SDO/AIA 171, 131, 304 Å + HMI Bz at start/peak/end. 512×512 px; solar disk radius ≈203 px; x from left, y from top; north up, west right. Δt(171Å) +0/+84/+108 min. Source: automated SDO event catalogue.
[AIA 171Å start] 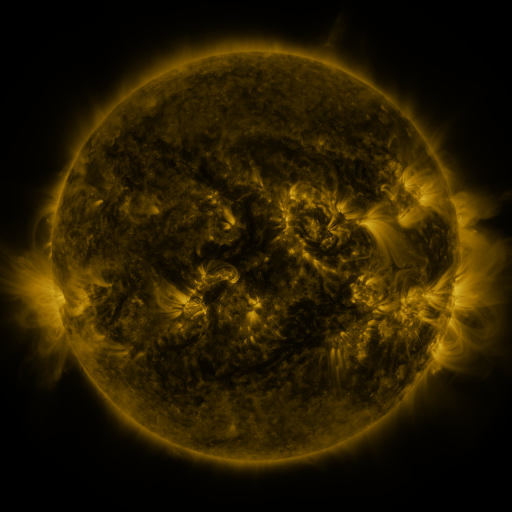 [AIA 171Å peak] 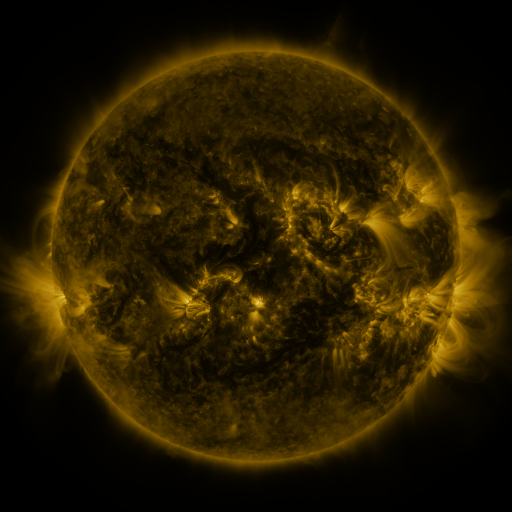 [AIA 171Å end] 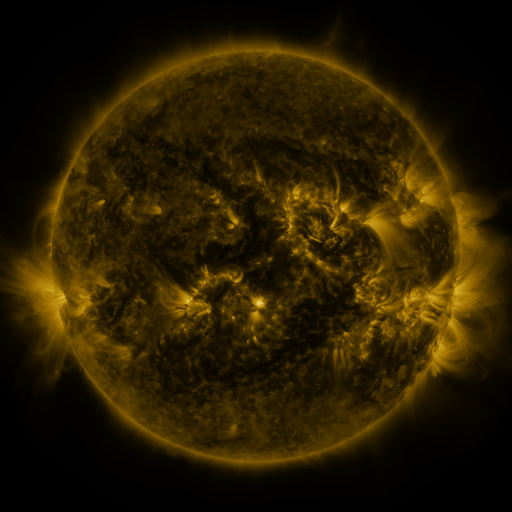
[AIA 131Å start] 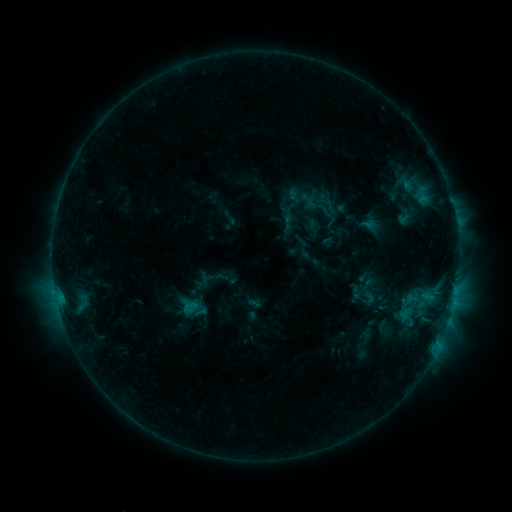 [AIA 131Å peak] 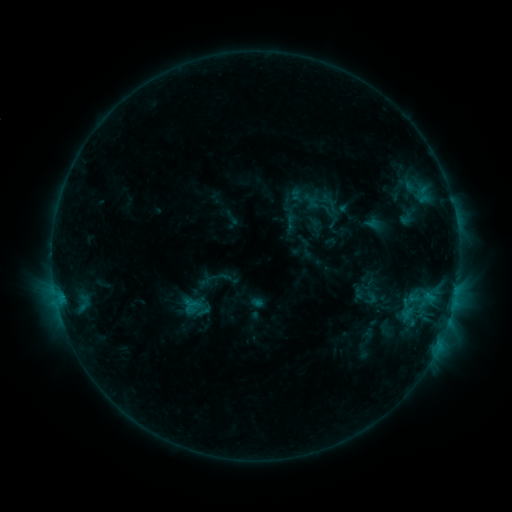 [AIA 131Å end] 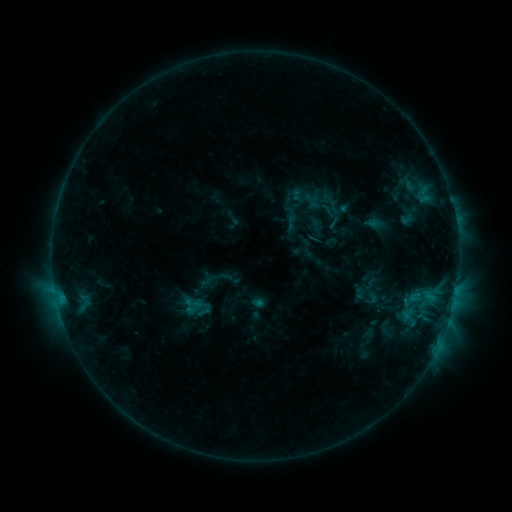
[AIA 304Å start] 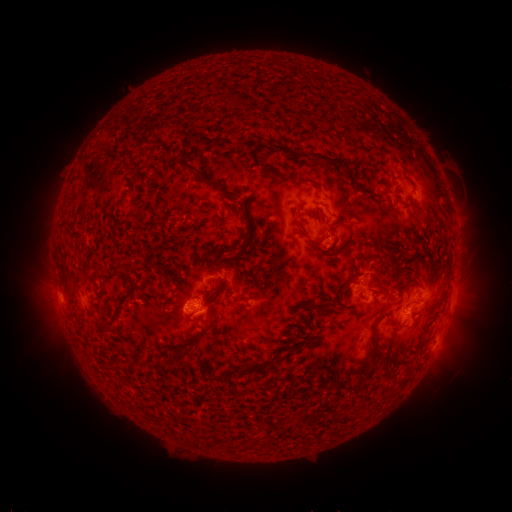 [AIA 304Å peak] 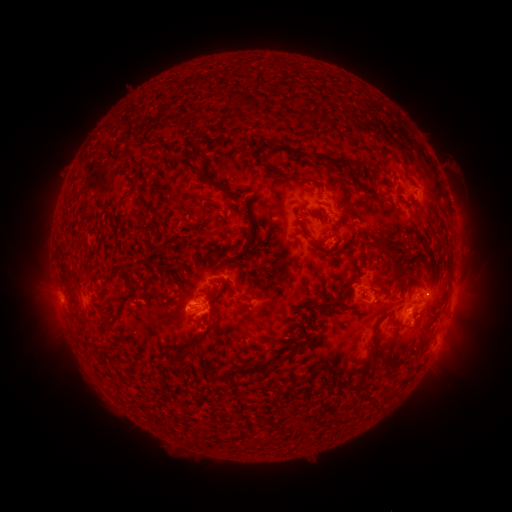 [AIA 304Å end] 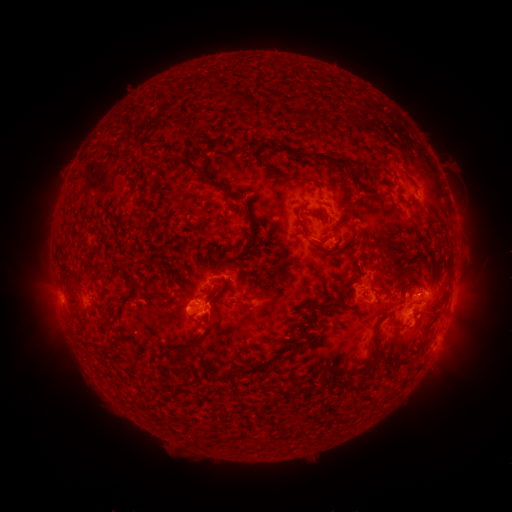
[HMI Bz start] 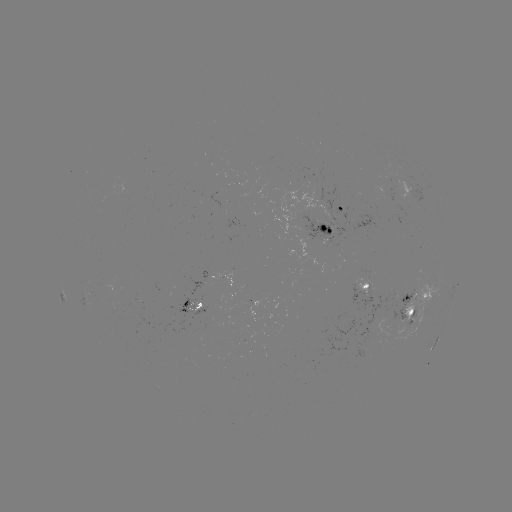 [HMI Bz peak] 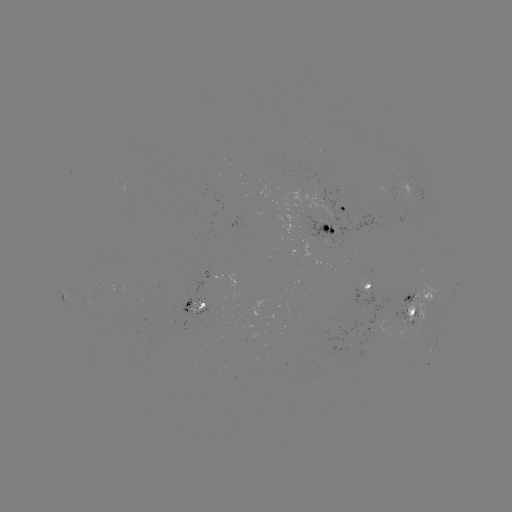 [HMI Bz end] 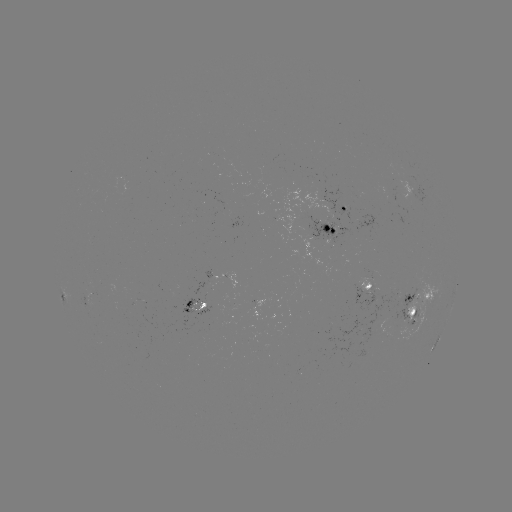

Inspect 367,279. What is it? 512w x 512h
emerging-flux region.